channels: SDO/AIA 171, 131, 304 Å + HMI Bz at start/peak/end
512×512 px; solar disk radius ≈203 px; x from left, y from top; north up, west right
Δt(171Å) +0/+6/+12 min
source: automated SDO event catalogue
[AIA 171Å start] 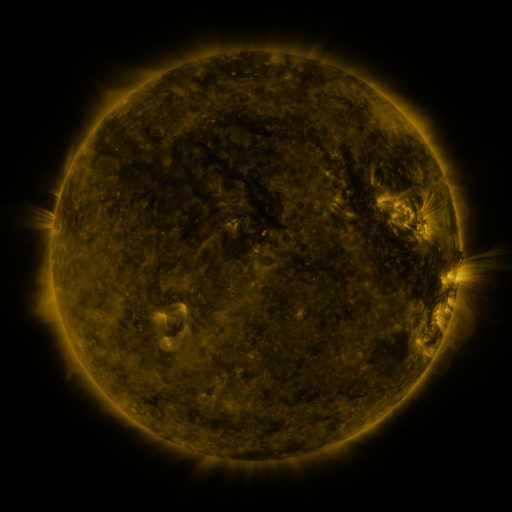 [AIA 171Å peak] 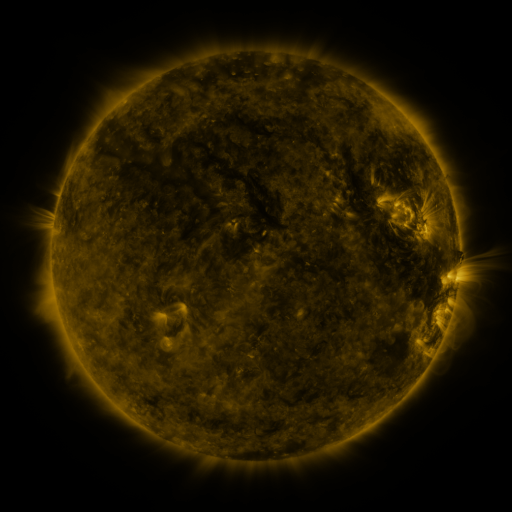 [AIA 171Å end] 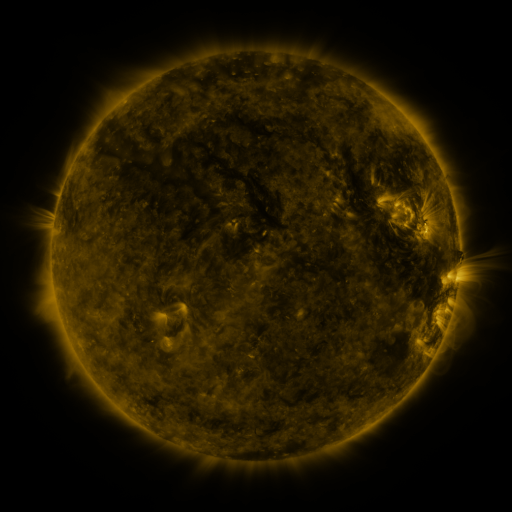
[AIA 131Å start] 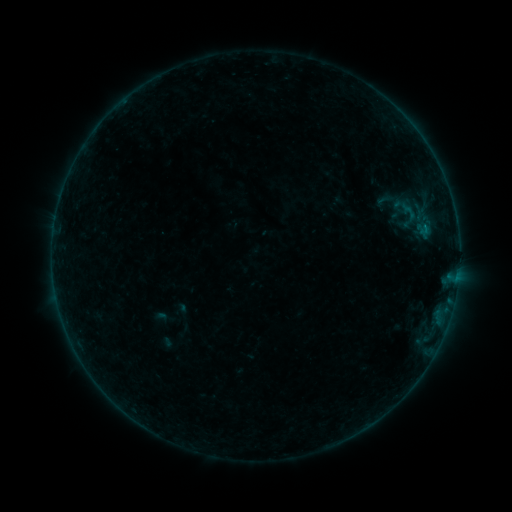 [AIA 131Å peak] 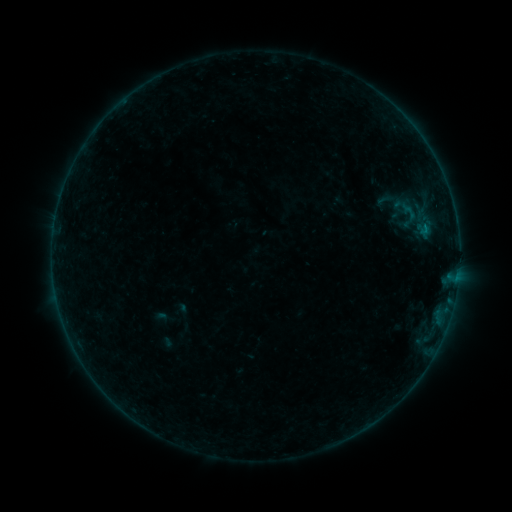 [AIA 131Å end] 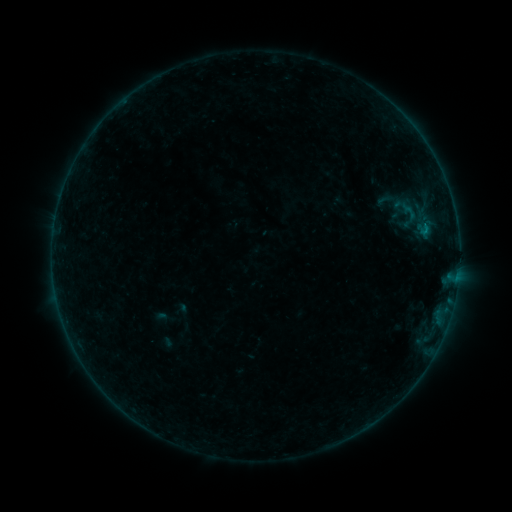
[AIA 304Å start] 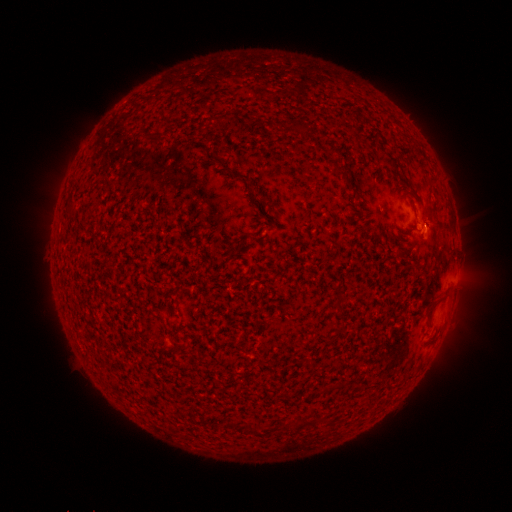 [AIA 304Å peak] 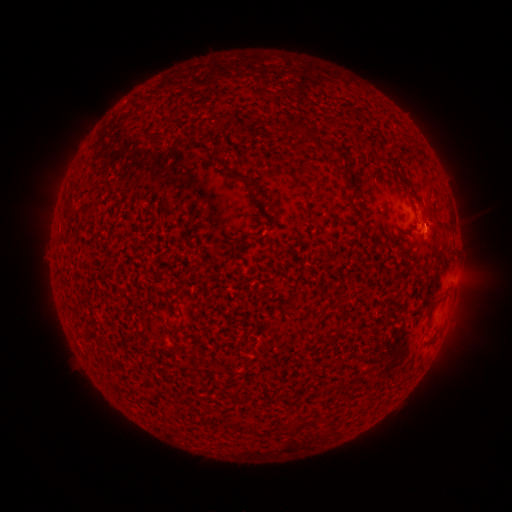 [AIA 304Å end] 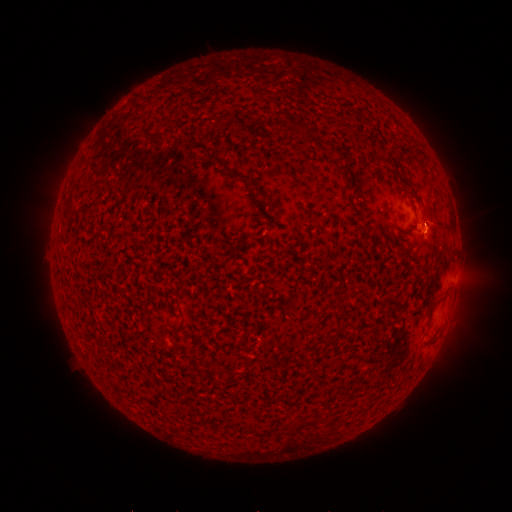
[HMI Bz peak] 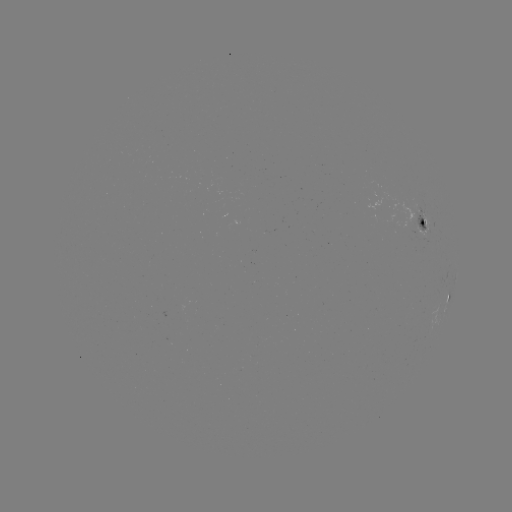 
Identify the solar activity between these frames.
B1.6 flare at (425, 229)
